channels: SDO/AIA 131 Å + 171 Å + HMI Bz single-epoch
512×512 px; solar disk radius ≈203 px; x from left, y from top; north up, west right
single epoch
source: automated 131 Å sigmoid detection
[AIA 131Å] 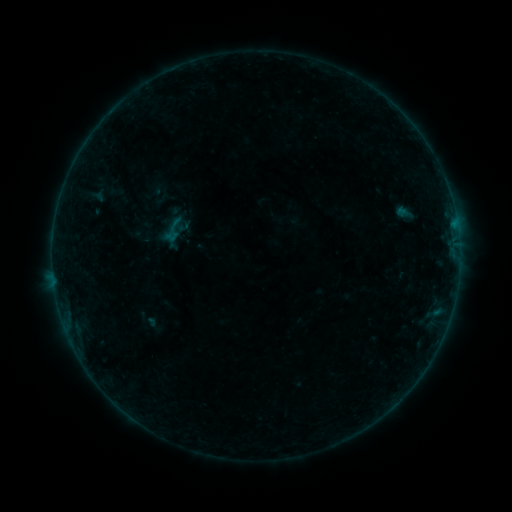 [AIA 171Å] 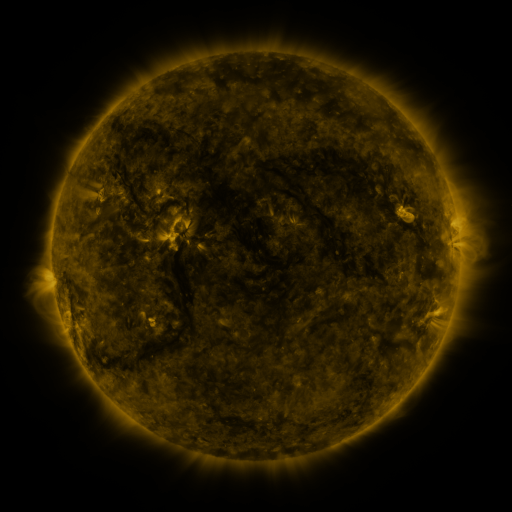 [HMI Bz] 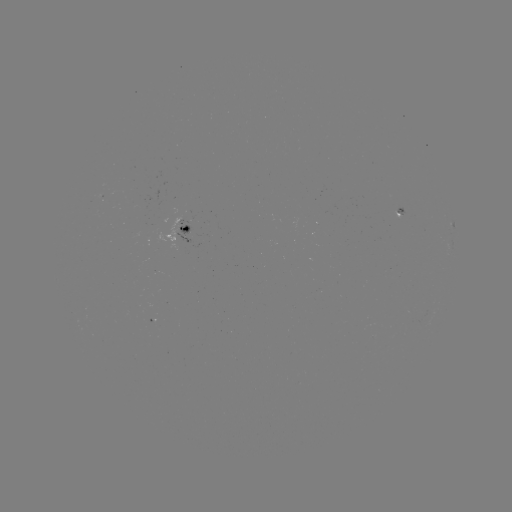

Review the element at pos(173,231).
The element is sigmoid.